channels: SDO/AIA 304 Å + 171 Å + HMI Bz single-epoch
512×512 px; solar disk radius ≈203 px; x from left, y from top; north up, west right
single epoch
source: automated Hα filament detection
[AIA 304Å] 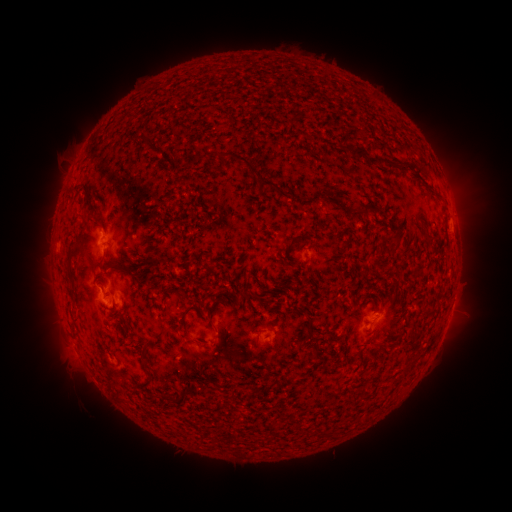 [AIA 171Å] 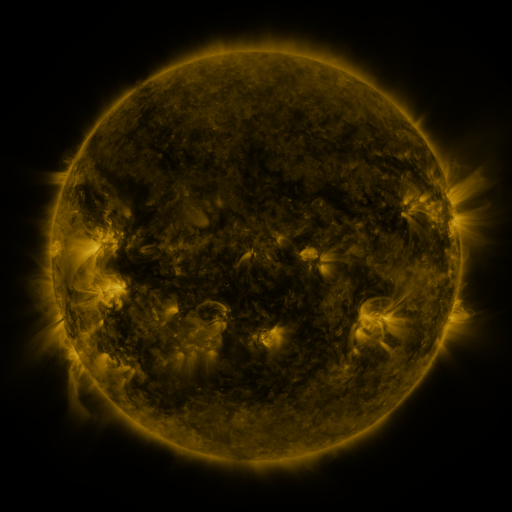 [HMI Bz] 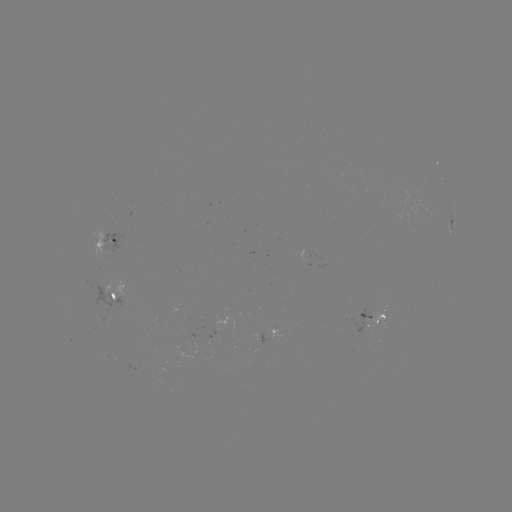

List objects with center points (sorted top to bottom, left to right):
filament: (291, 118)
filament: (144, 143)
filament: (363, 153)
filament: (234, 158)
filament: (387, 162)
filament: (190, 164)
filament: (426, 178)
filament: (264, 183)
filament: (356, 208)
filament: (204, 220)
filament: (392, 226)
filament: (383, 236)
filament: (426, 237)
filament: (293, 239)
filament: (143, 255)
filament: (210, 255)
filament: (91, 262)
filament: (302, 263)
filament: (70, 268)
filament: (121, 272)
filament: (289, 283)
filament: (248, 290)
filament: (128, 308)
filament: (428, 309)
filament: (202, 310)
filament: (295, 314)
filament: (311, 333)
filament: (186, 335)
filament: (414, 335)
filament: (259, 345)
filament: (317, 351)
filament: (252, 366)
filament: (408, 366)
filament: (294, 378)
filament: (181, 400)
